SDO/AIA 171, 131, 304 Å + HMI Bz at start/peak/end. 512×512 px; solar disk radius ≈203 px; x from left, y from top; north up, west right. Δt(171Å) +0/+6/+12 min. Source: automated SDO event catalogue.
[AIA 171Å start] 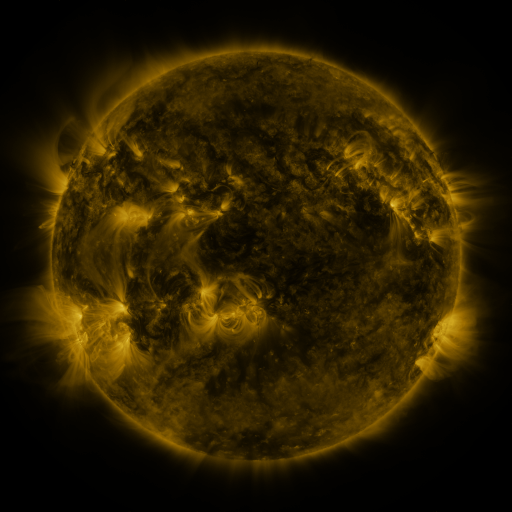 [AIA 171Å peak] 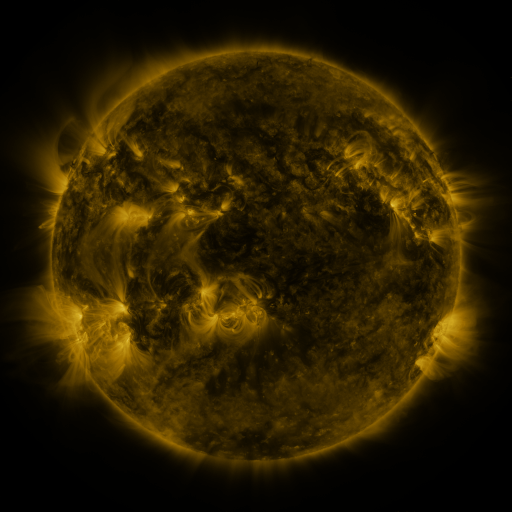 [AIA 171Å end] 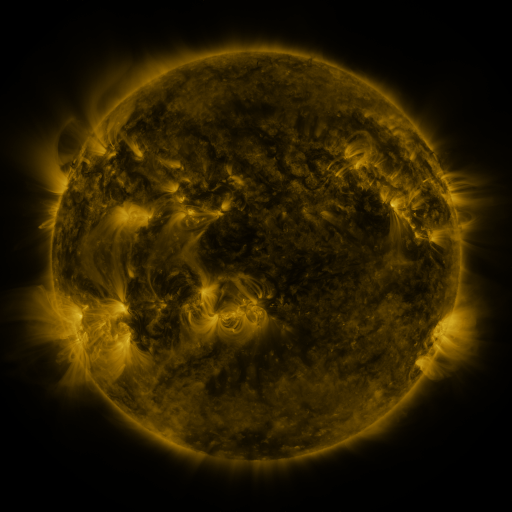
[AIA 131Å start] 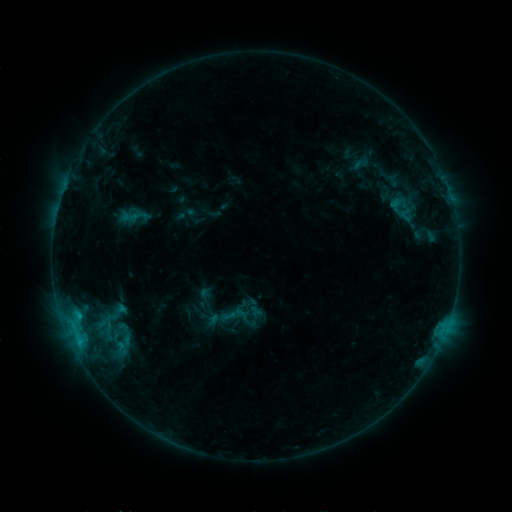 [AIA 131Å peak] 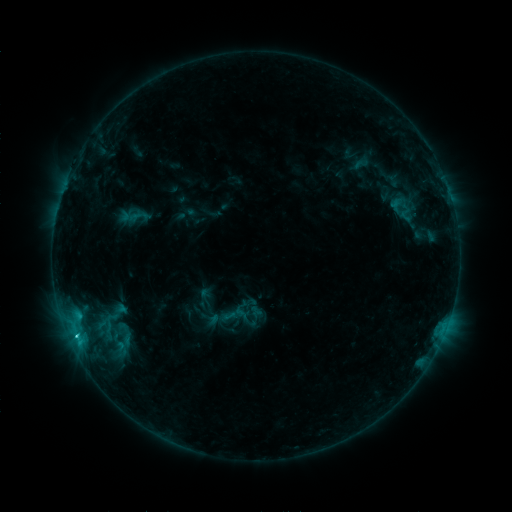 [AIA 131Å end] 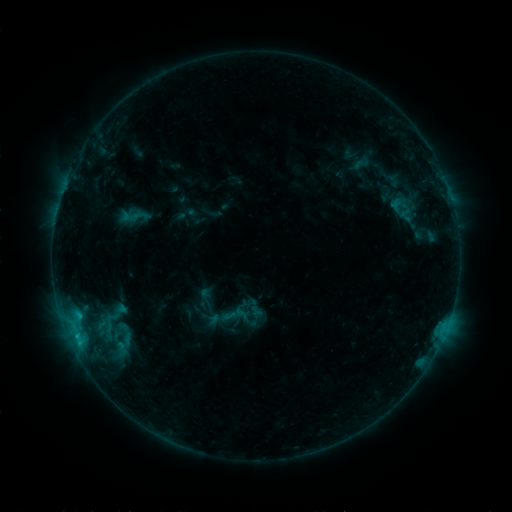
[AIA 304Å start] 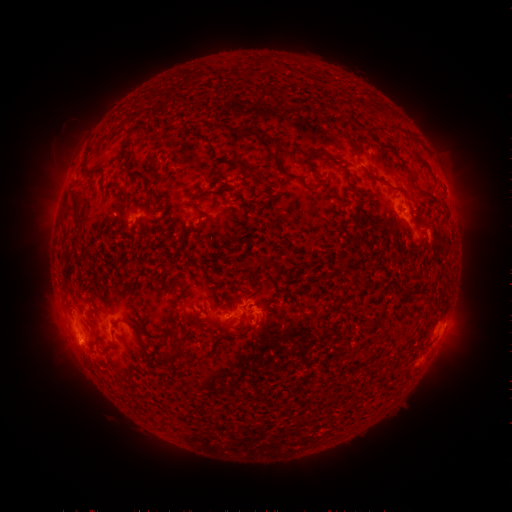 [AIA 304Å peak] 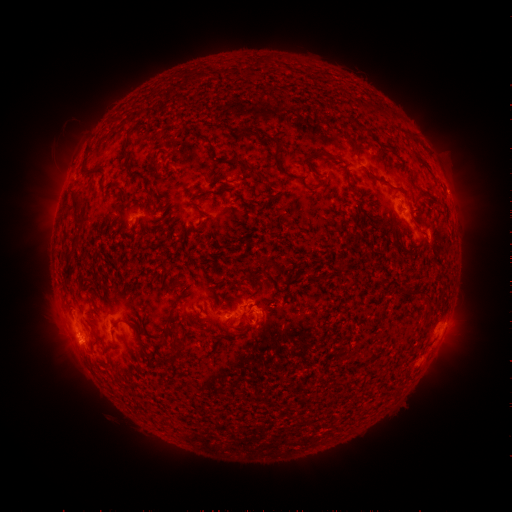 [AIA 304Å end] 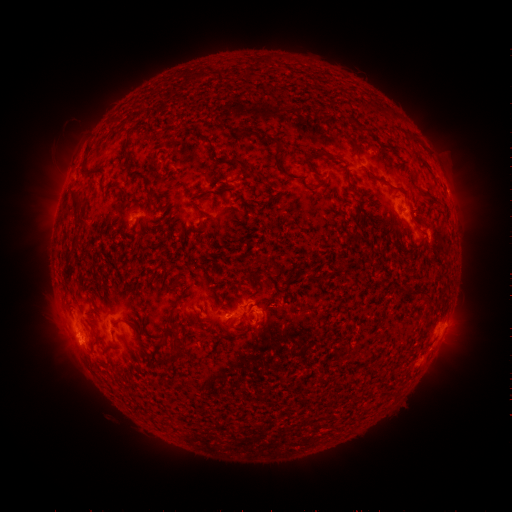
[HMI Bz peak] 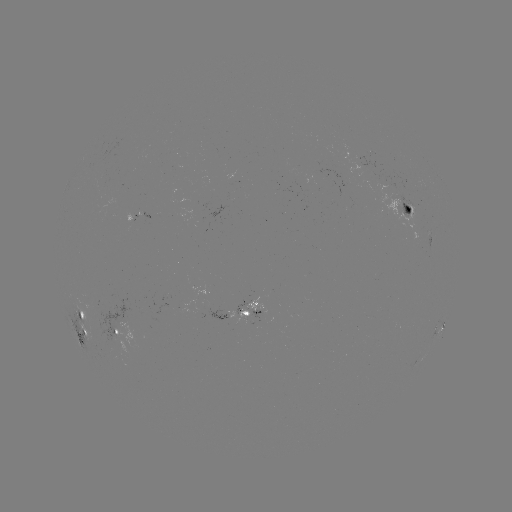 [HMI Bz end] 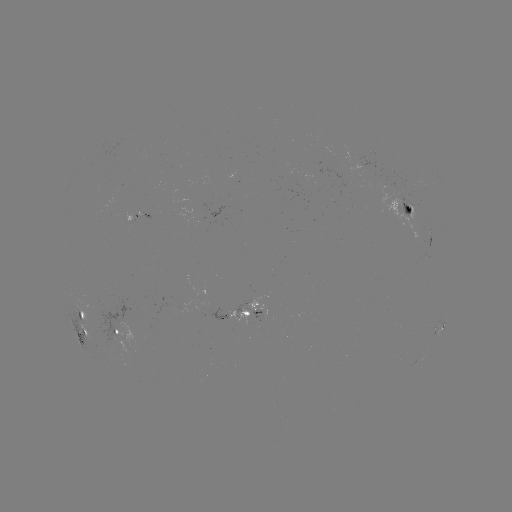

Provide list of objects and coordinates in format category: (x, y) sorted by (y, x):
C1.0 flare: (76, 332)
